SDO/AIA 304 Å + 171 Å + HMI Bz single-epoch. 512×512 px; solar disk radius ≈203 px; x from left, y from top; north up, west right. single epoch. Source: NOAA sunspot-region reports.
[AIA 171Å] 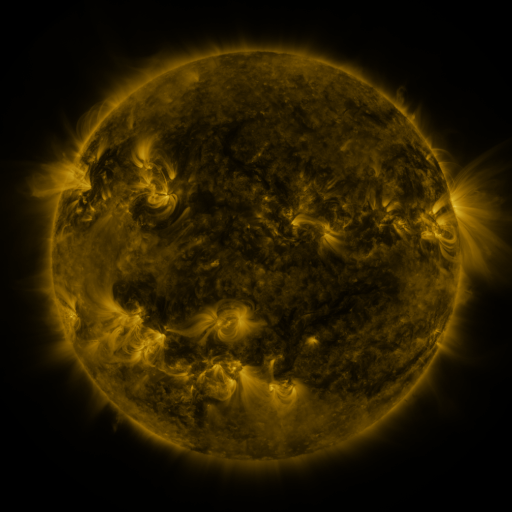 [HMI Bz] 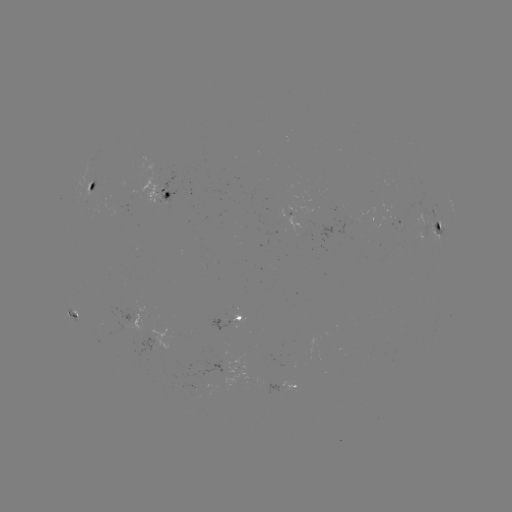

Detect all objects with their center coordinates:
spotted active region: (95, 187)
spotted active region: (168, 192)
spotted active region: (299, 218)
spotted active region: (400, 222)
spotted active region: (437, 230)
spotted active region: (76, 310)
spotted active region: (231, 317)
spotted active region: (286, 382)
